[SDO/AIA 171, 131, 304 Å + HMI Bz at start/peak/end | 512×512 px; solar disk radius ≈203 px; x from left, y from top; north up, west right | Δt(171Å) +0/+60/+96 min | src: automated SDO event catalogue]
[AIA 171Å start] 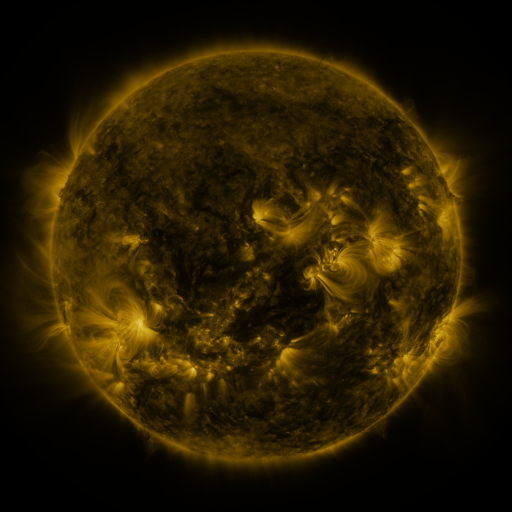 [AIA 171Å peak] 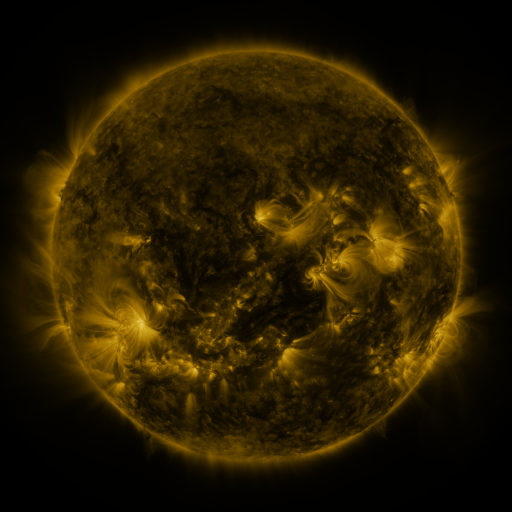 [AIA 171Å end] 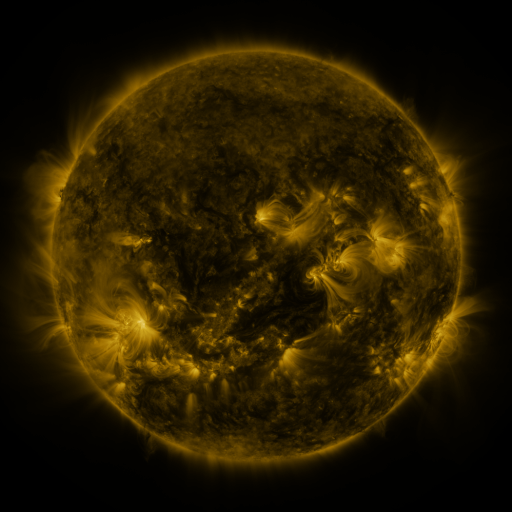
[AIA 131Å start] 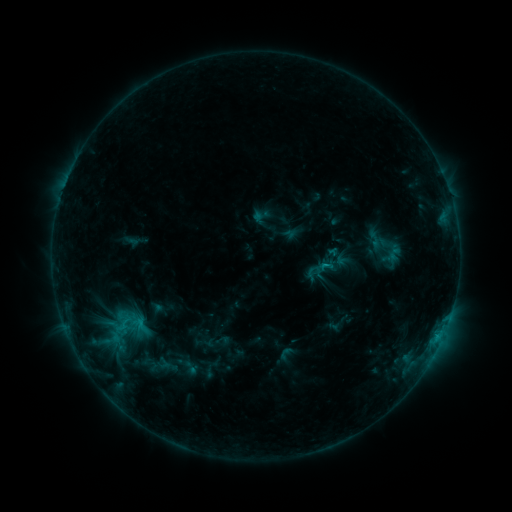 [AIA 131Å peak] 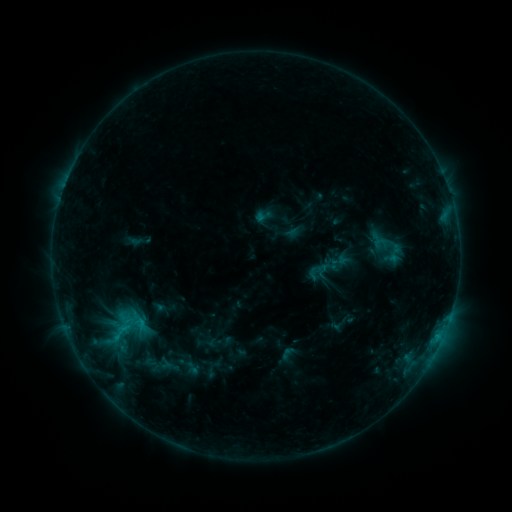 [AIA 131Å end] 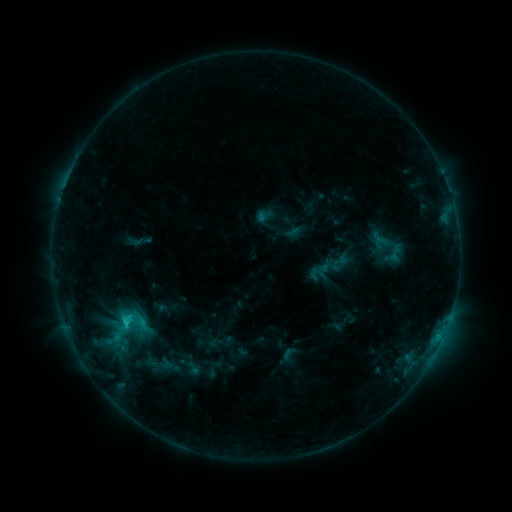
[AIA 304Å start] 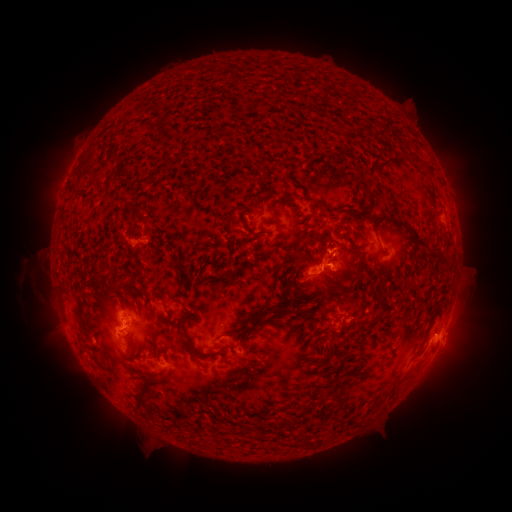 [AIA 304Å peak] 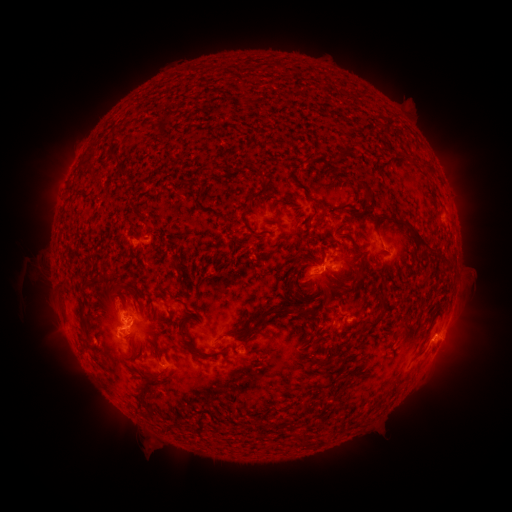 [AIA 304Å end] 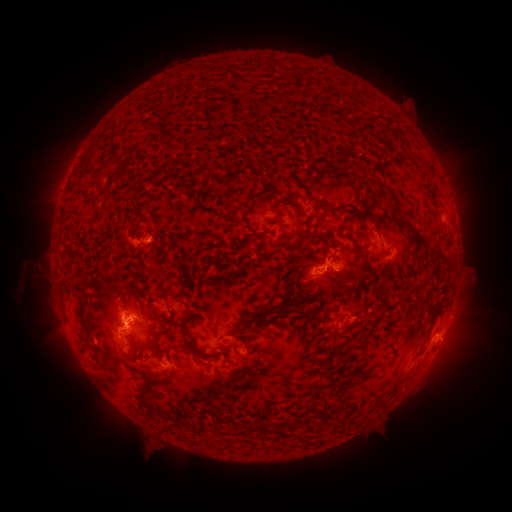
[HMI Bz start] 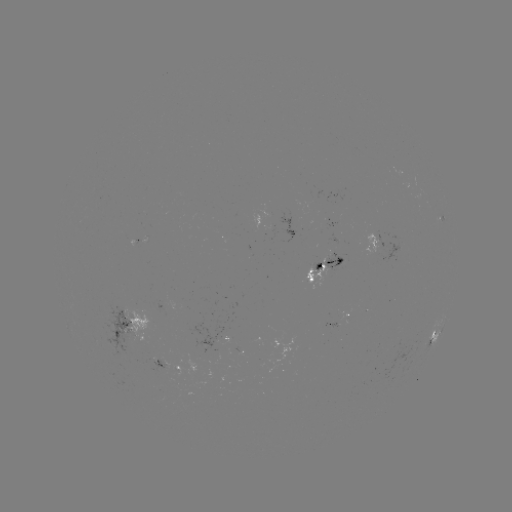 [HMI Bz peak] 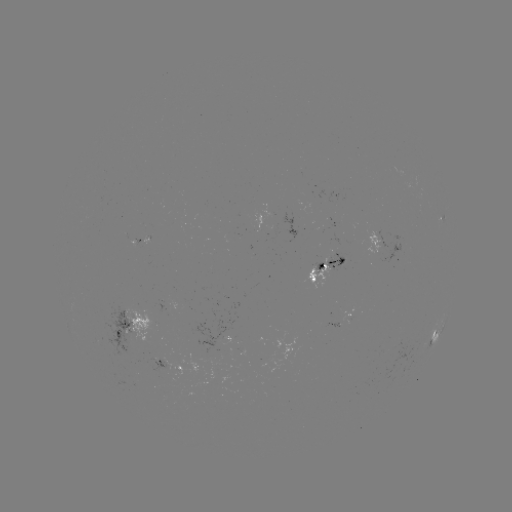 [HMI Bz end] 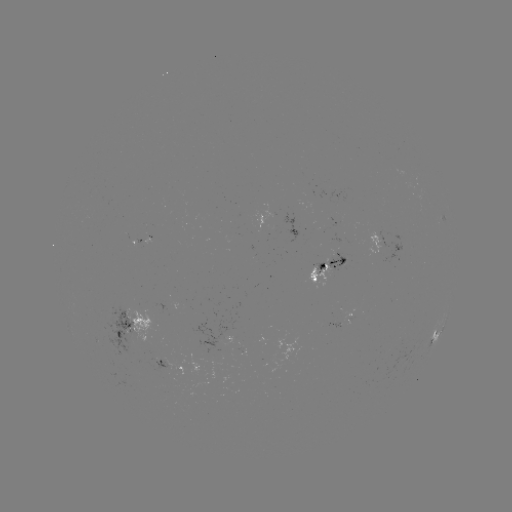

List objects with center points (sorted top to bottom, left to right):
emerging-flux region: (168, 372)
